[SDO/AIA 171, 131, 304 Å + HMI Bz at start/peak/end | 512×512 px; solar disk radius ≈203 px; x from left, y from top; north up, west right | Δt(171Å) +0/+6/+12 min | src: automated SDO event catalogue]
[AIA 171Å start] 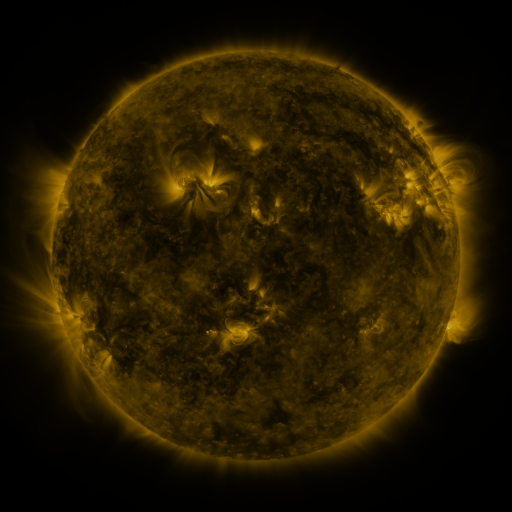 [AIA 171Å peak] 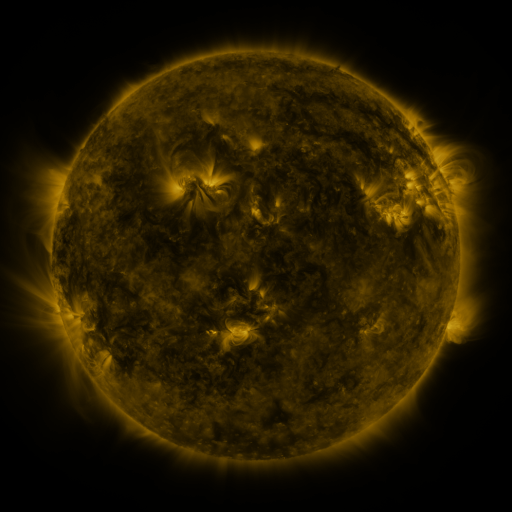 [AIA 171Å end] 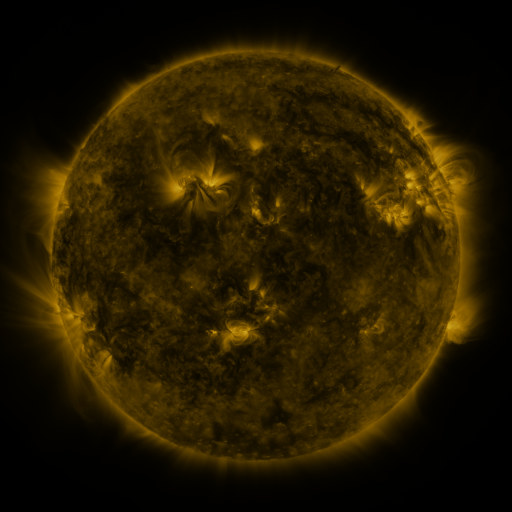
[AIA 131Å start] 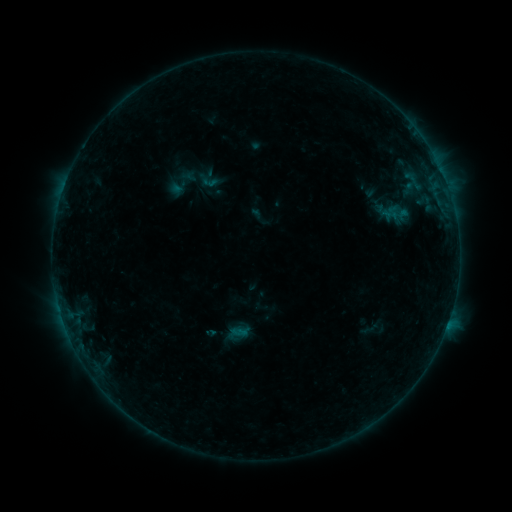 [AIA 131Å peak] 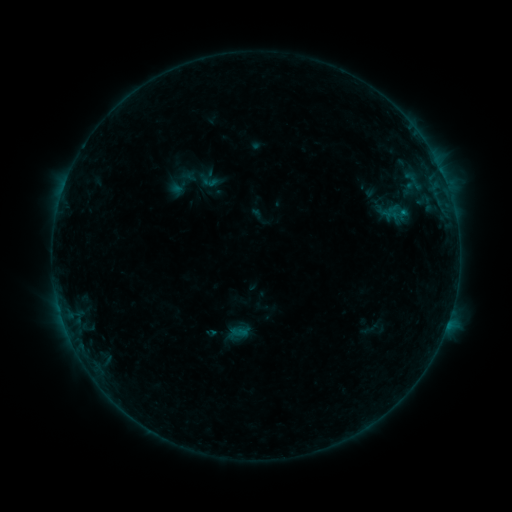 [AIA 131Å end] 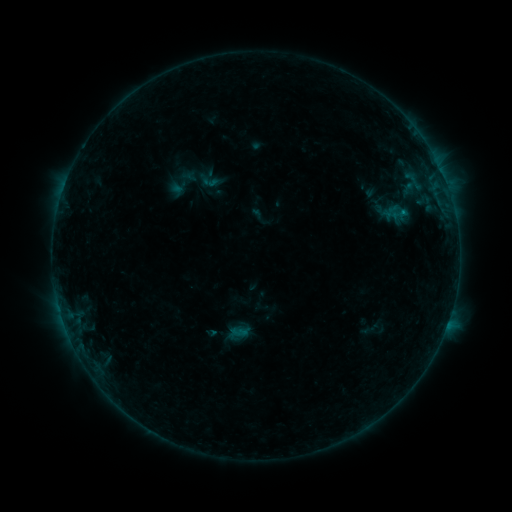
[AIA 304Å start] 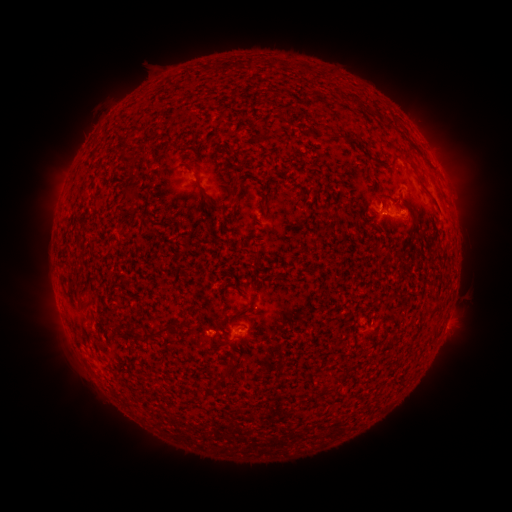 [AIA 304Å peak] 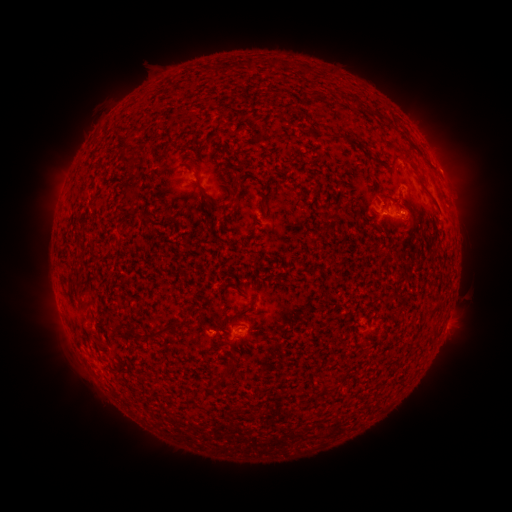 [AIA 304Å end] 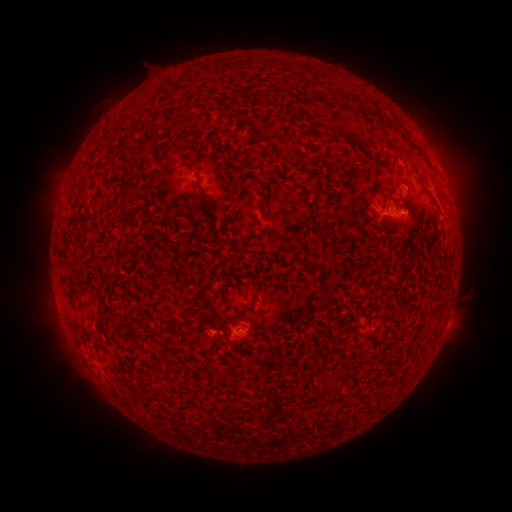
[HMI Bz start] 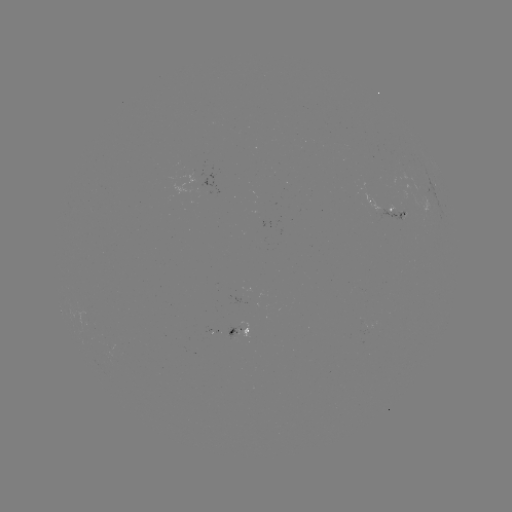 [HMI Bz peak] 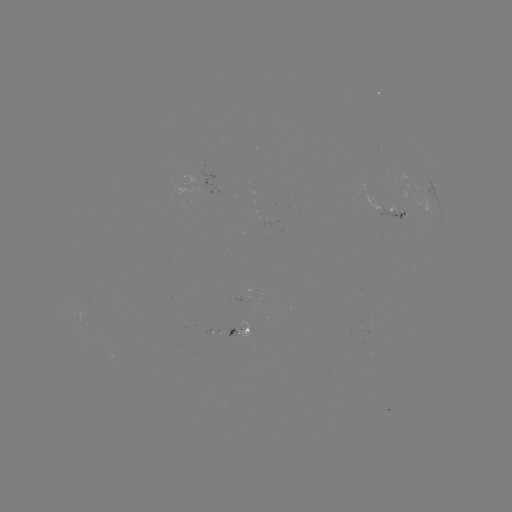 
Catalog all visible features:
B3.0 flare: (402, 214)
